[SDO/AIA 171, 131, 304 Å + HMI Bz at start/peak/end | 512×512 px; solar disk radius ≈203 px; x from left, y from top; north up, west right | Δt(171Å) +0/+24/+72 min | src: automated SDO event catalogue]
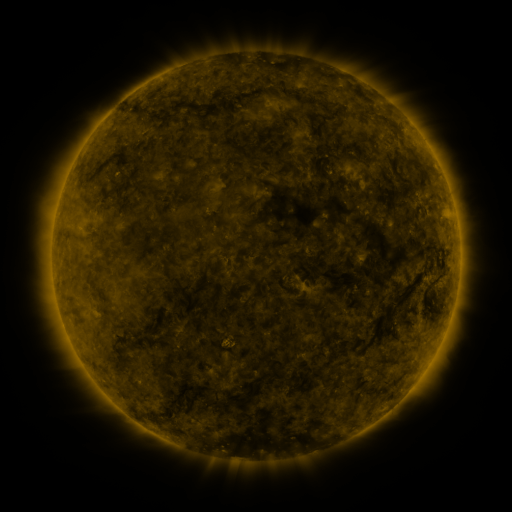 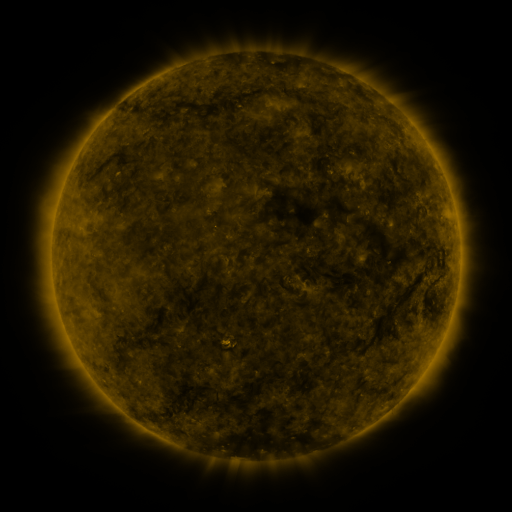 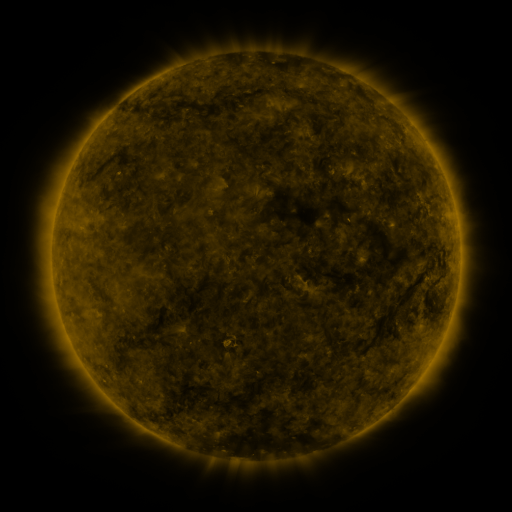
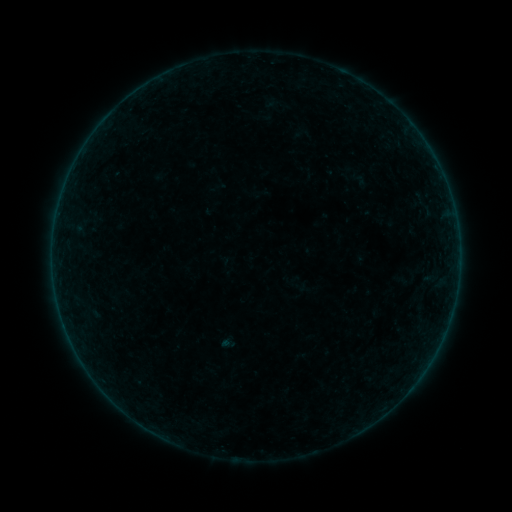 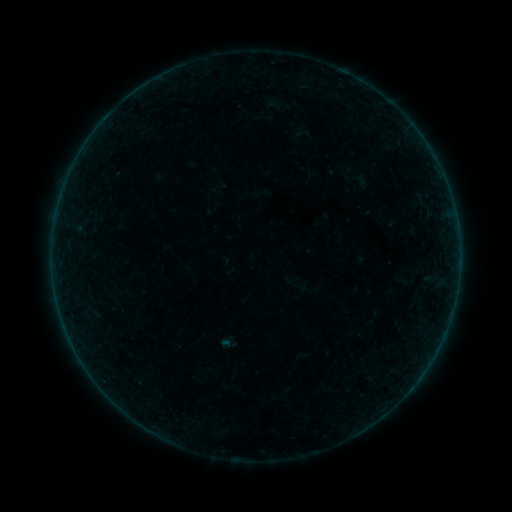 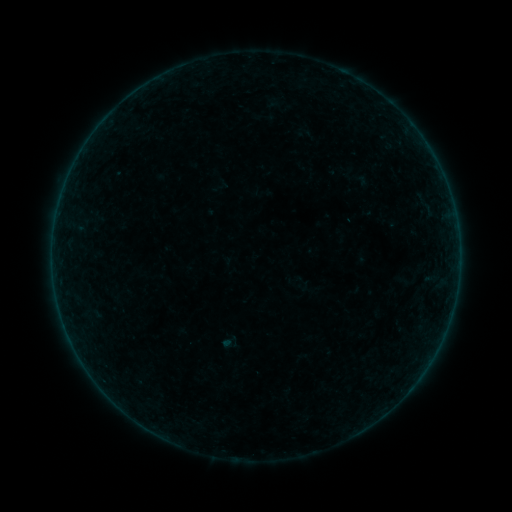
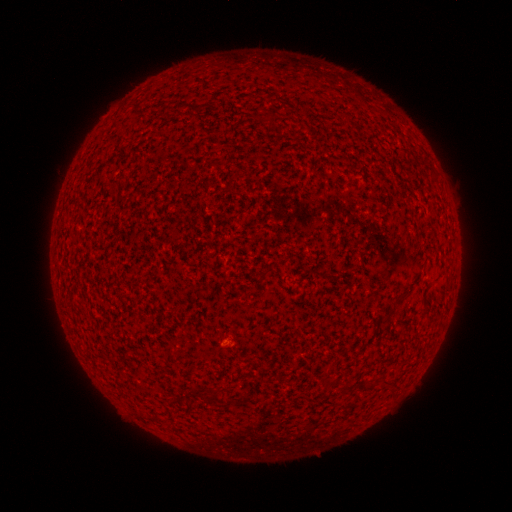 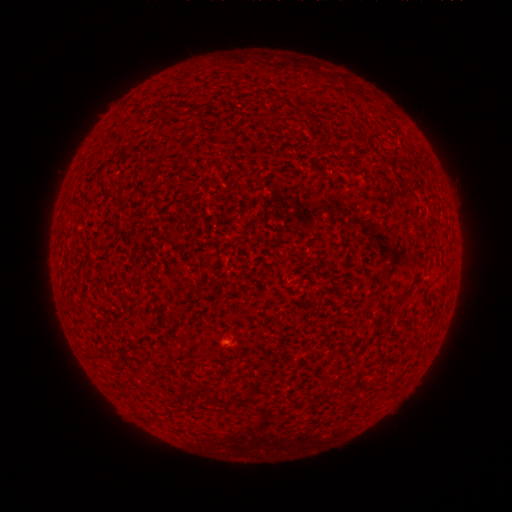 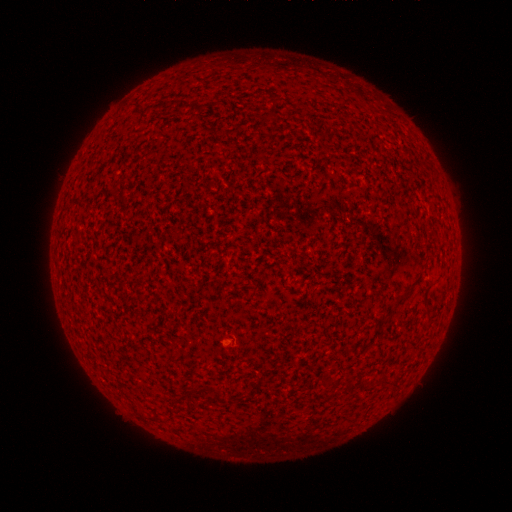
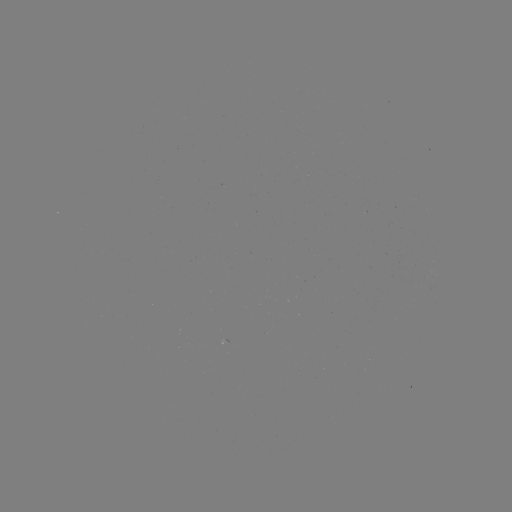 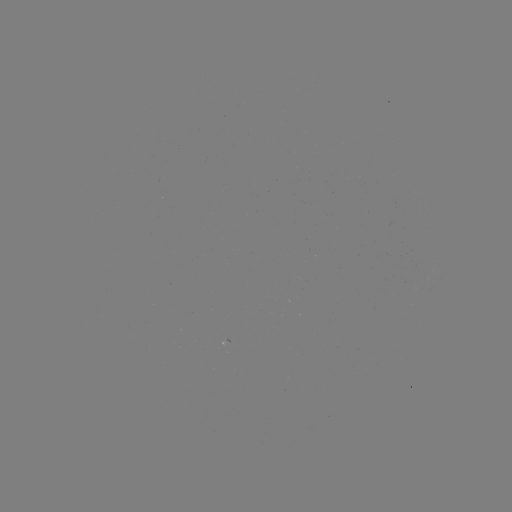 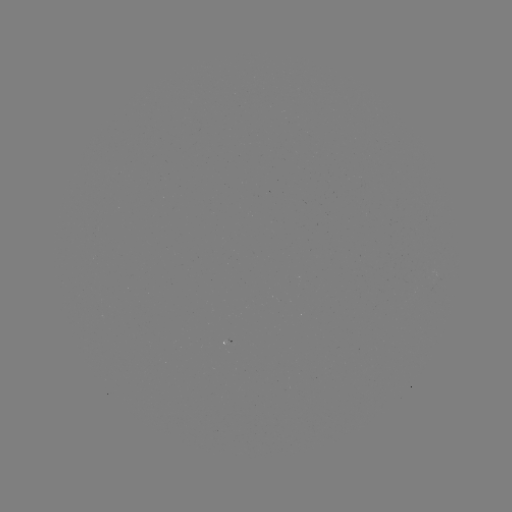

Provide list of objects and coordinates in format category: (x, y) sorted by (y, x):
A2.5 flare: (225, 342)
